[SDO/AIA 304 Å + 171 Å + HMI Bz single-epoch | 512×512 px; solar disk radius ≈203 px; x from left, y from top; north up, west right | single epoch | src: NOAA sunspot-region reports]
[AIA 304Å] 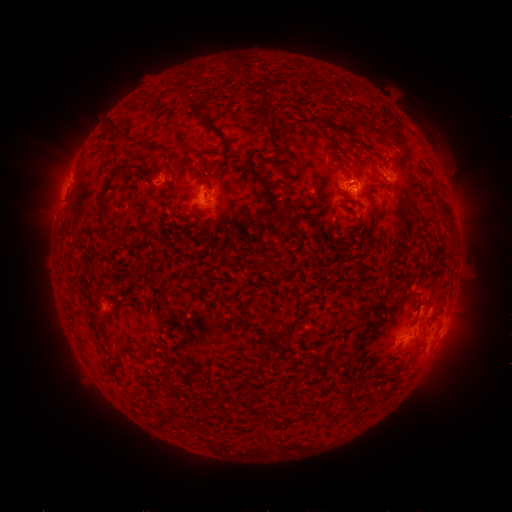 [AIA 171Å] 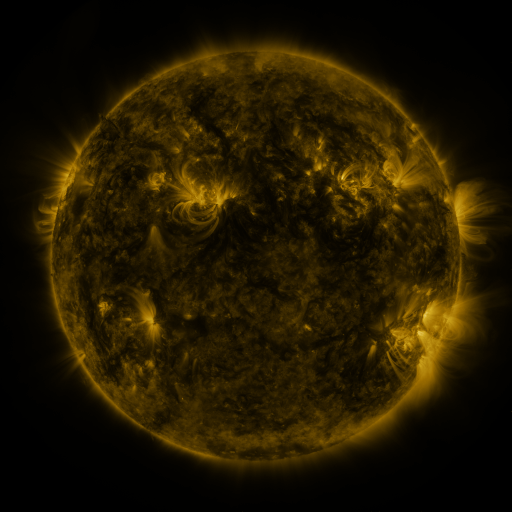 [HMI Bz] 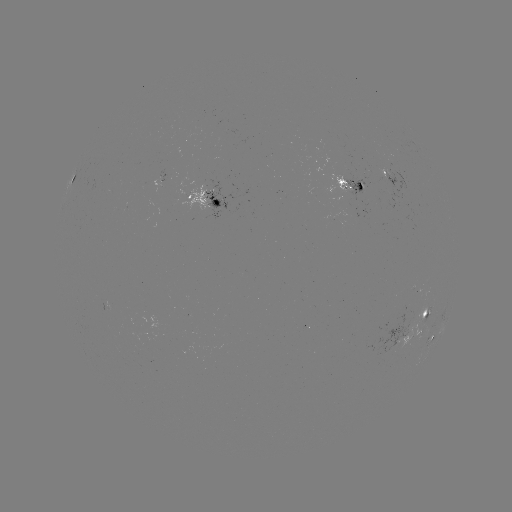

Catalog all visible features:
spotted active region: (394, 180)
spotted active region: (170, 181)
spotted active region: (354, 188)
spotted active region: (207, 197)
spotted active region: (422, 322)
spotted active region: (433, 335)
